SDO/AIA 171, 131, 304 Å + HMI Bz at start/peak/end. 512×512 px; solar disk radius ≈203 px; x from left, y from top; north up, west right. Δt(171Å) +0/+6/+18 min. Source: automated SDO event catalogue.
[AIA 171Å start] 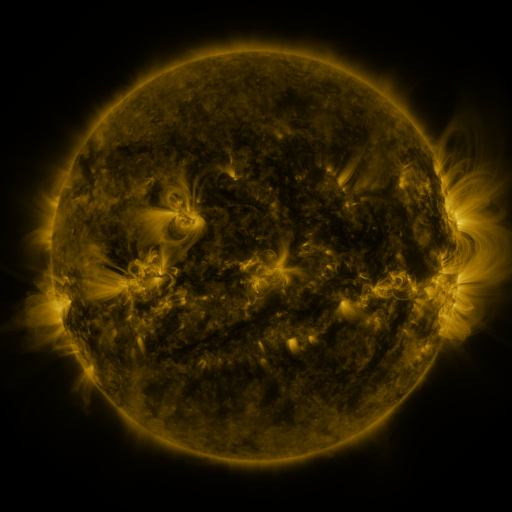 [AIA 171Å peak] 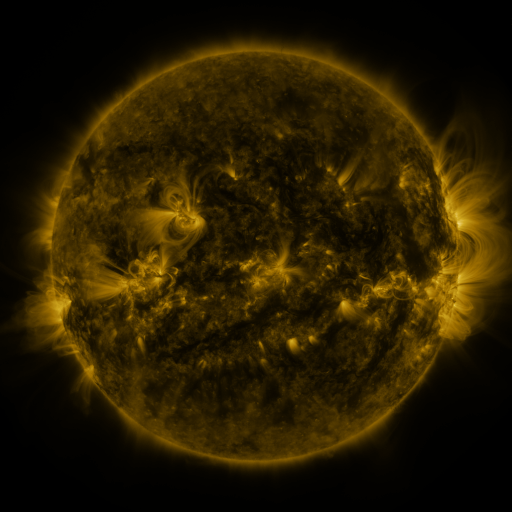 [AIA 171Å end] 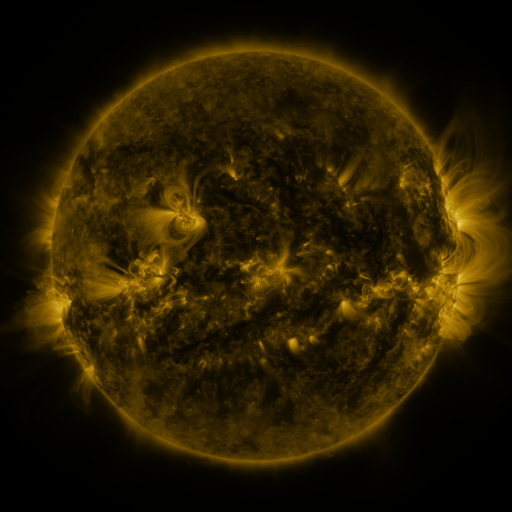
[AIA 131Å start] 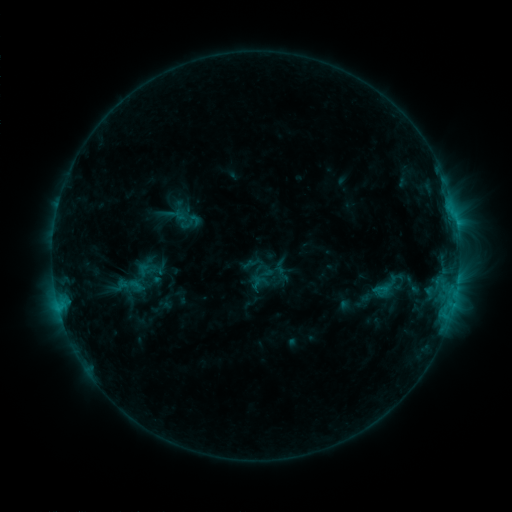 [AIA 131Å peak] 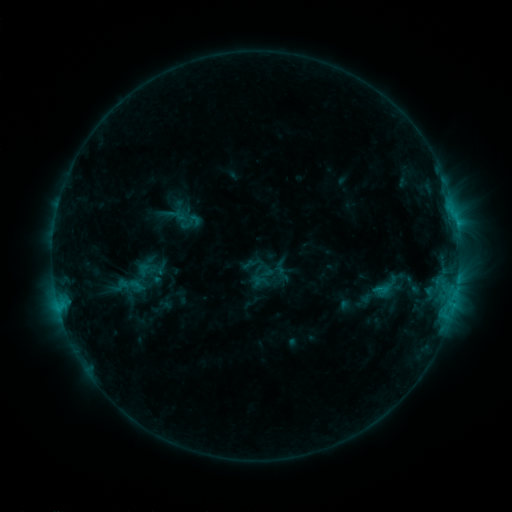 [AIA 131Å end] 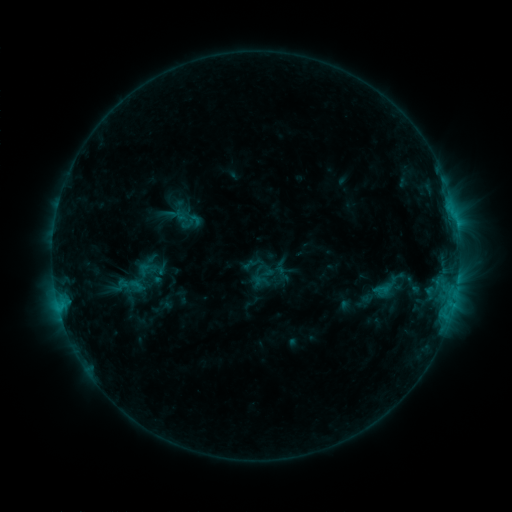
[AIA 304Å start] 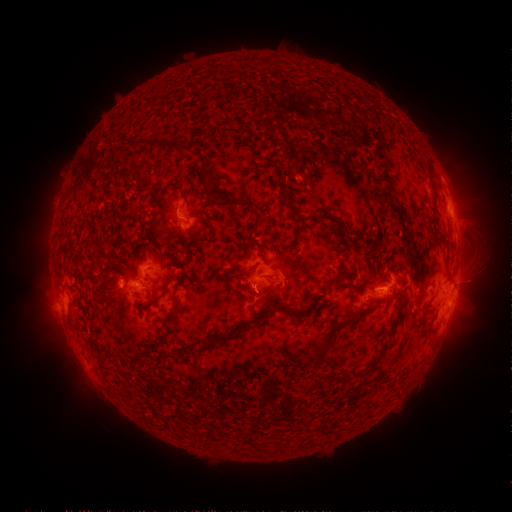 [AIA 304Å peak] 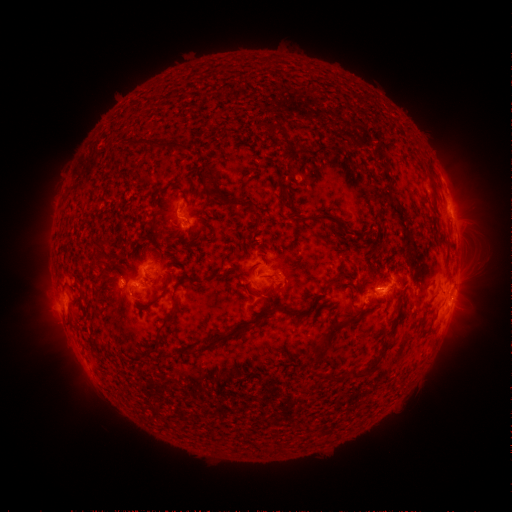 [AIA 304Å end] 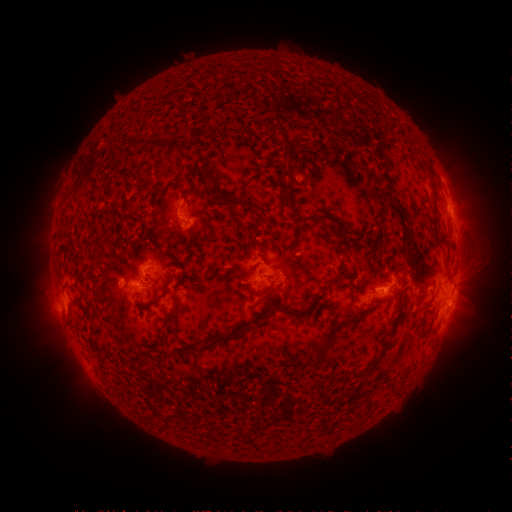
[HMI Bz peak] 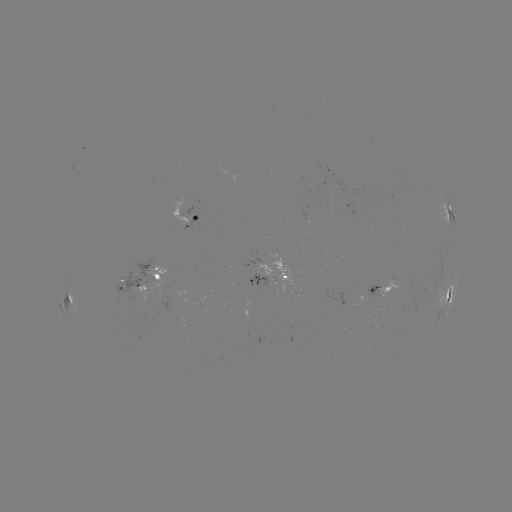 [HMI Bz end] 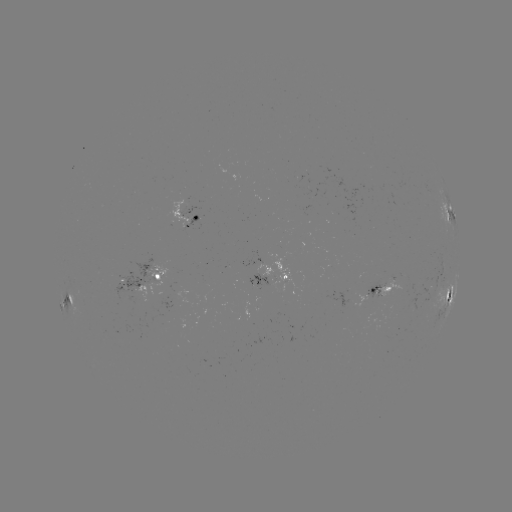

no classed flare was catalogued and no EUV brightening was flagged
